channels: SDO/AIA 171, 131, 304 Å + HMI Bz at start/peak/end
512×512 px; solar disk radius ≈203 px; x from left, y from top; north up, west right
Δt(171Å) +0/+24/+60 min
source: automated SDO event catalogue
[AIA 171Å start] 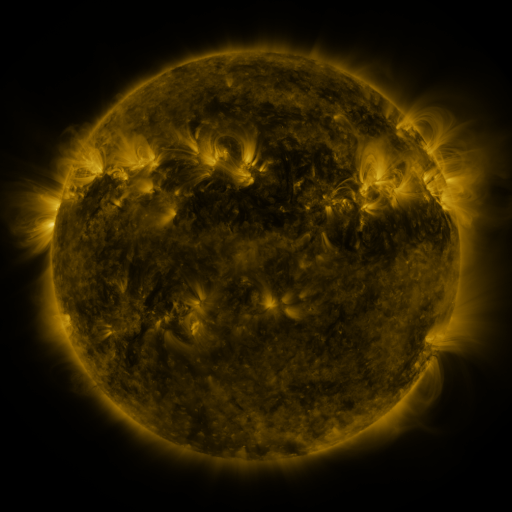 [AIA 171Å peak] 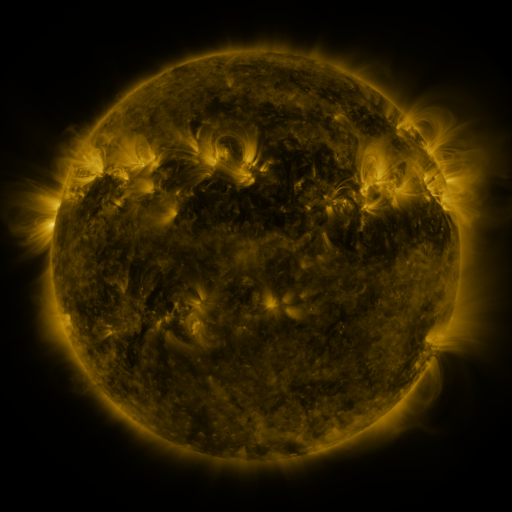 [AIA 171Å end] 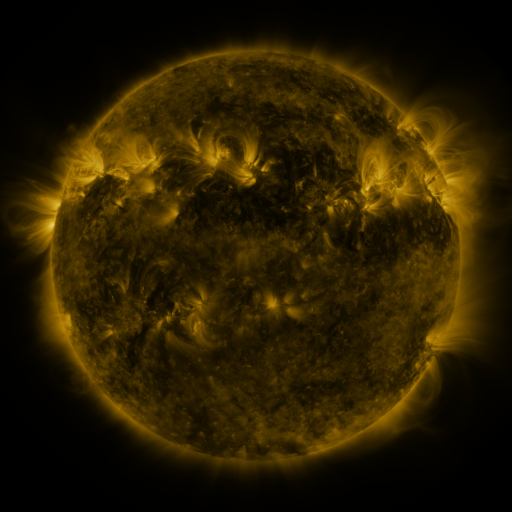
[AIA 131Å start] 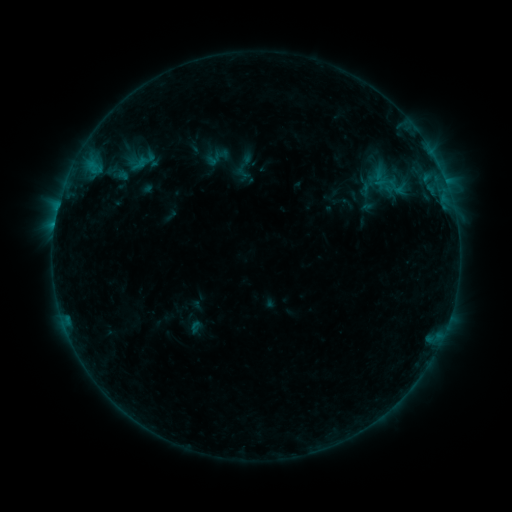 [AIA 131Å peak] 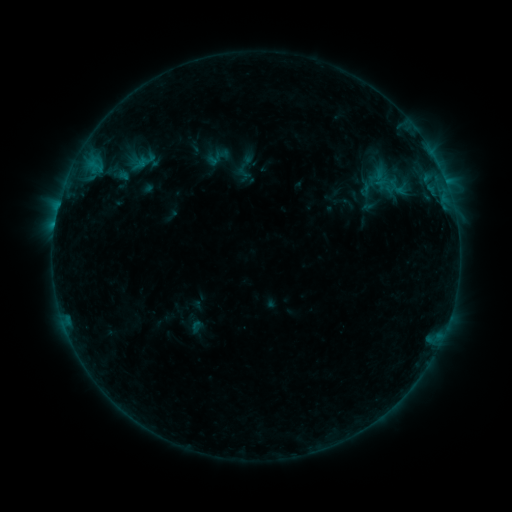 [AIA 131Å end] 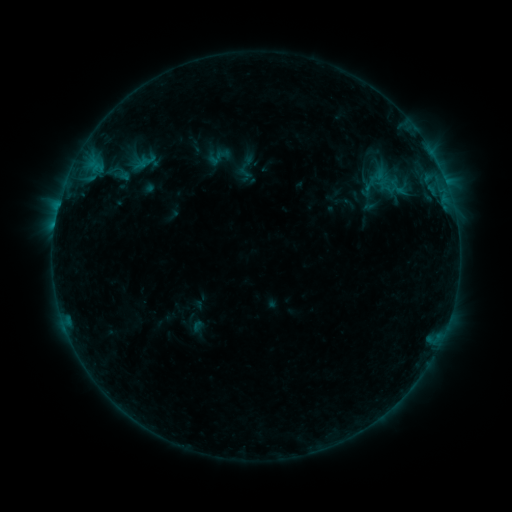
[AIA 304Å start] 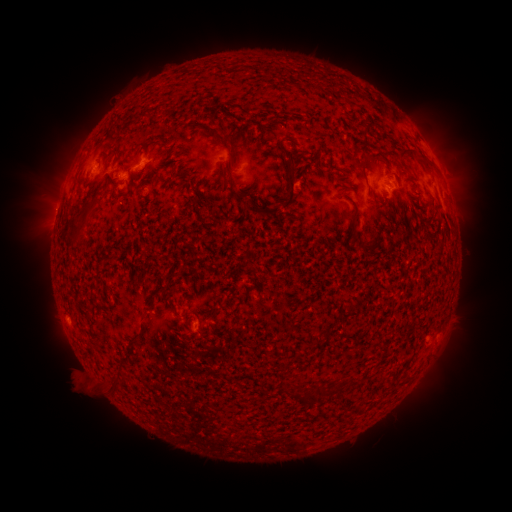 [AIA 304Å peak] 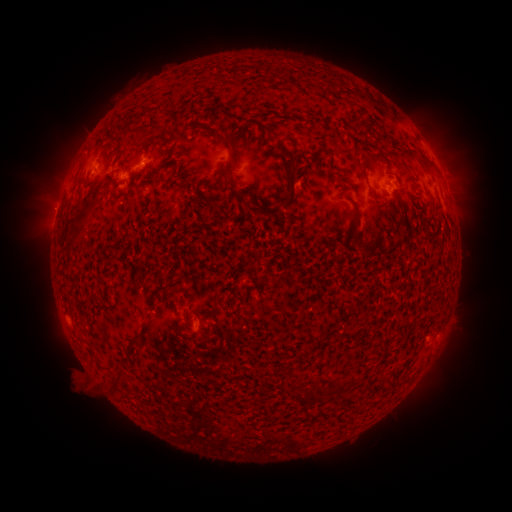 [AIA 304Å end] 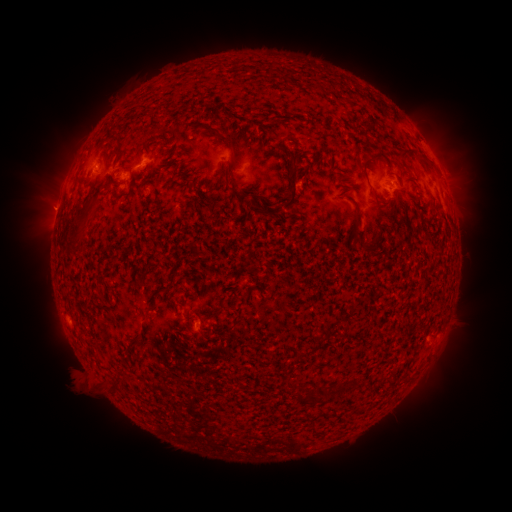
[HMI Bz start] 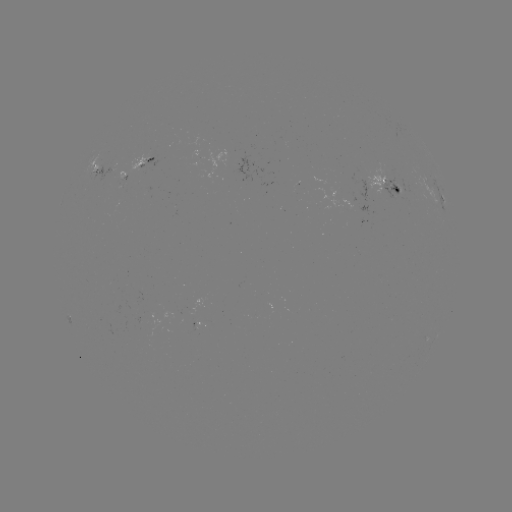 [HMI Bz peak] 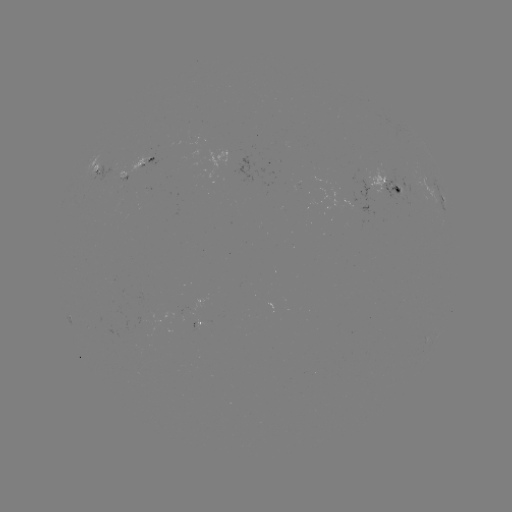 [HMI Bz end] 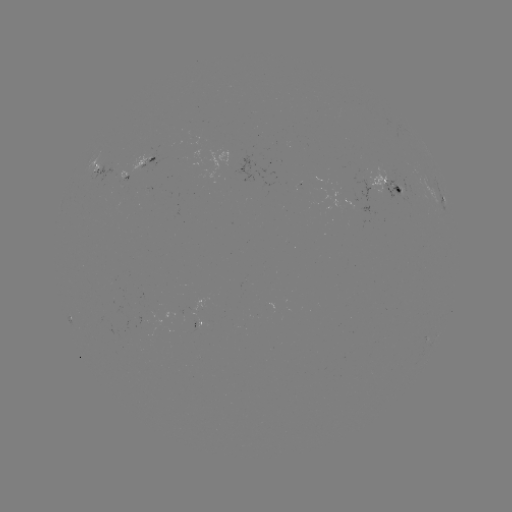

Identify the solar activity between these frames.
emerging-flux region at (405, 189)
